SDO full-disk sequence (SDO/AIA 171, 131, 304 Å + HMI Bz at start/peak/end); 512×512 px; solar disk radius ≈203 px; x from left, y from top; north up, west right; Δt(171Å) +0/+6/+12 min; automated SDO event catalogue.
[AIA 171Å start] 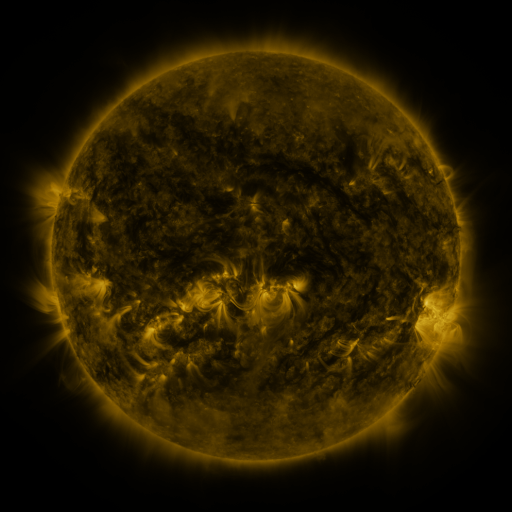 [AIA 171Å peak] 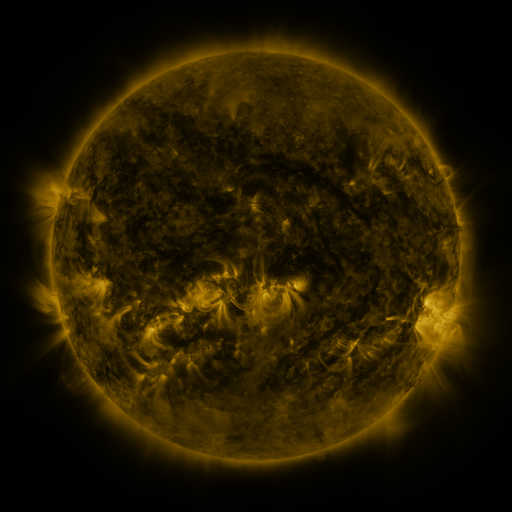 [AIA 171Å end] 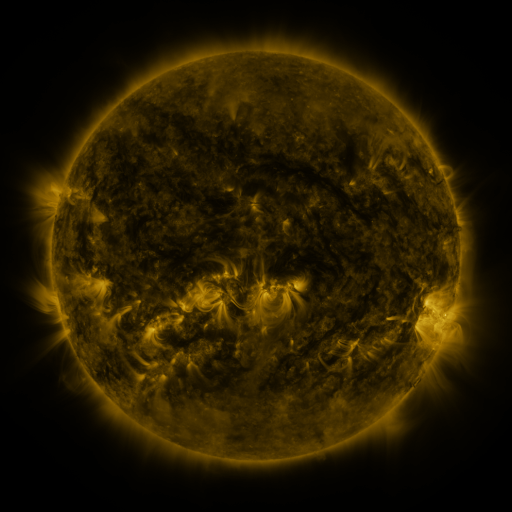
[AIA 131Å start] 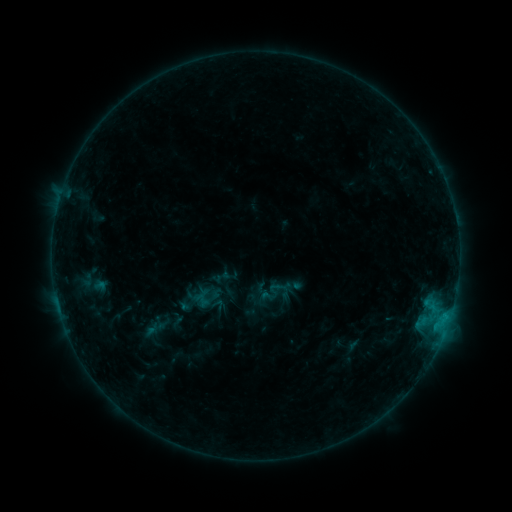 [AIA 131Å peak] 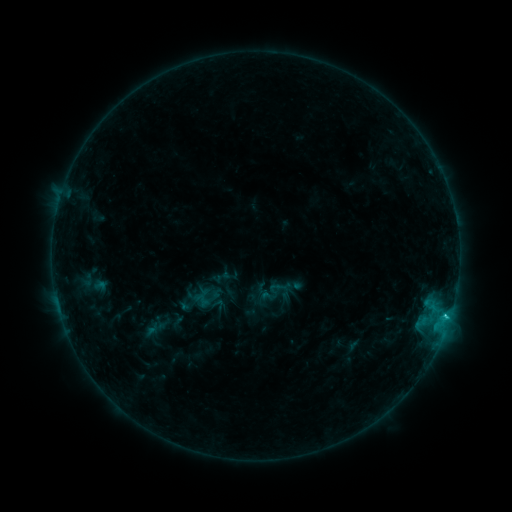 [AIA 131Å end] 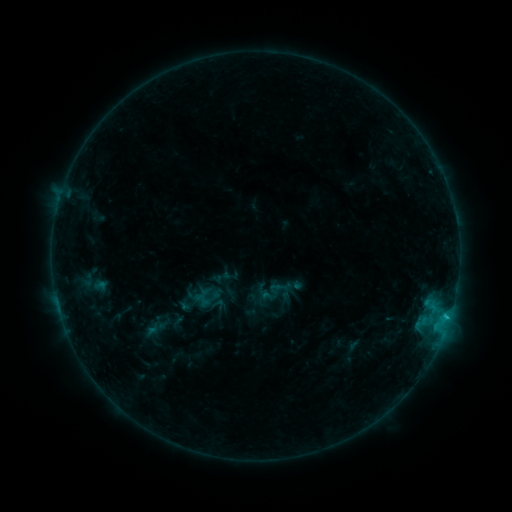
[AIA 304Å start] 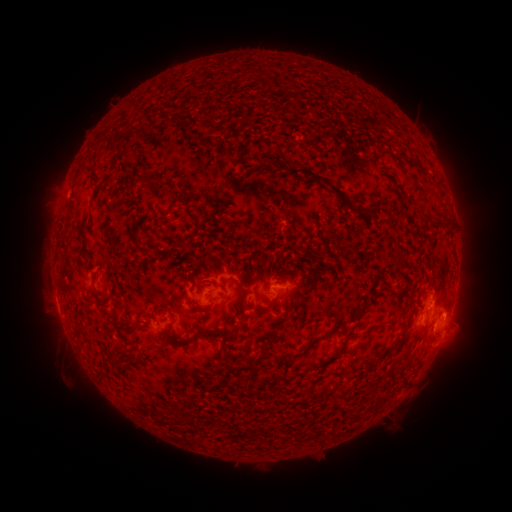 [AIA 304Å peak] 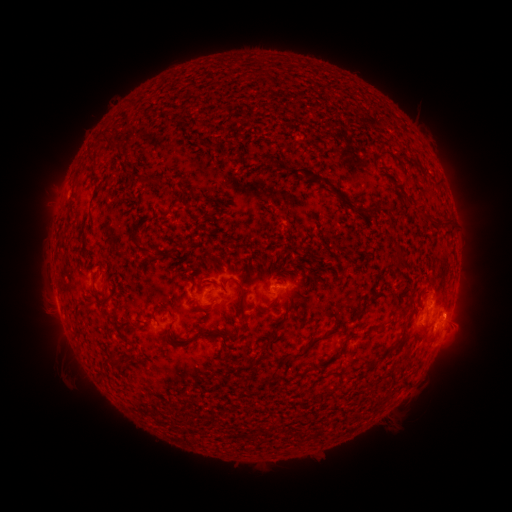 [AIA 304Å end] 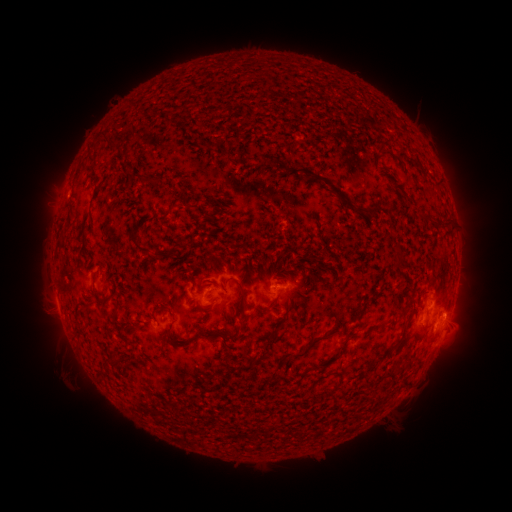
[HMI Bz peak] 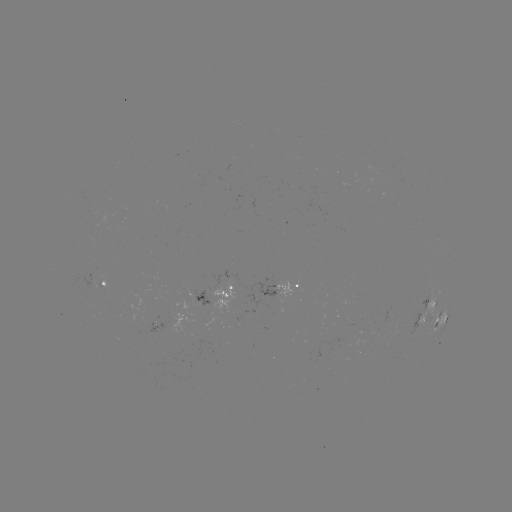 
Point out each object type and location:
B8.5 flare: (446, 314)
